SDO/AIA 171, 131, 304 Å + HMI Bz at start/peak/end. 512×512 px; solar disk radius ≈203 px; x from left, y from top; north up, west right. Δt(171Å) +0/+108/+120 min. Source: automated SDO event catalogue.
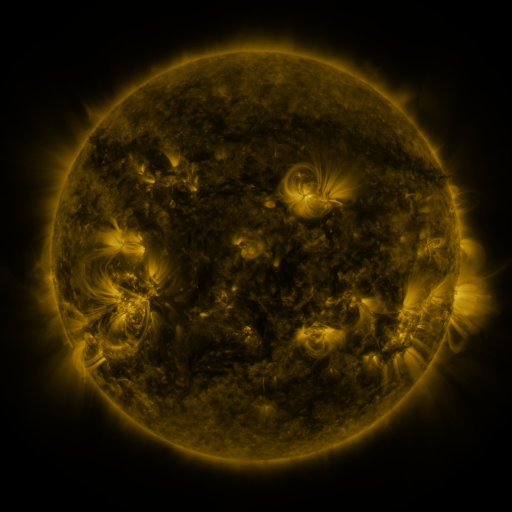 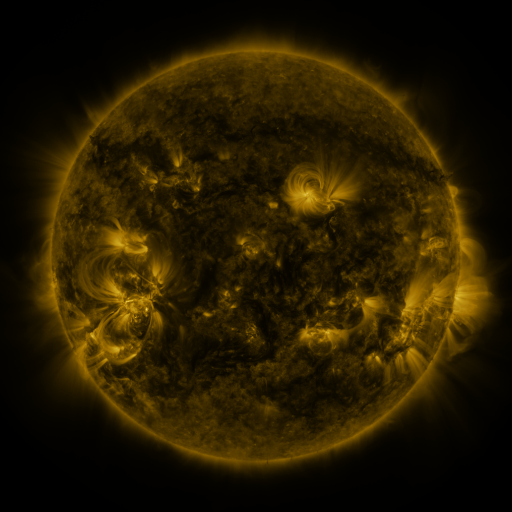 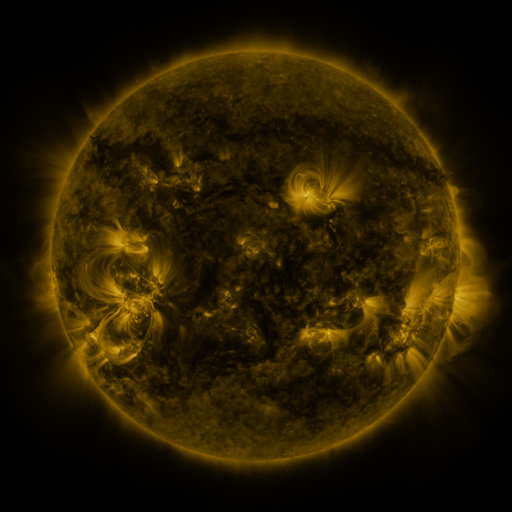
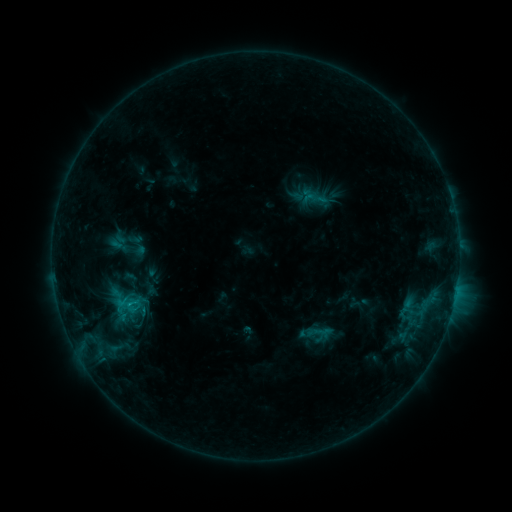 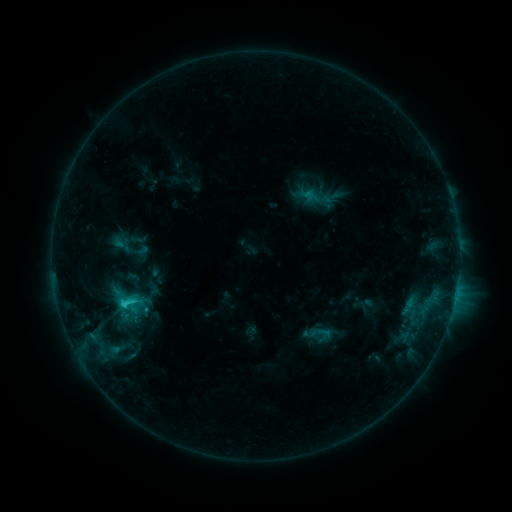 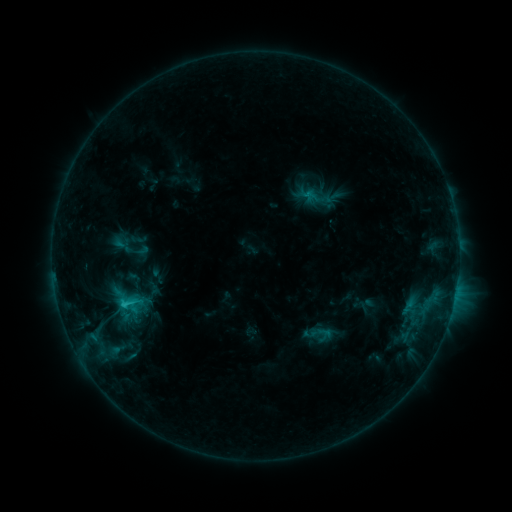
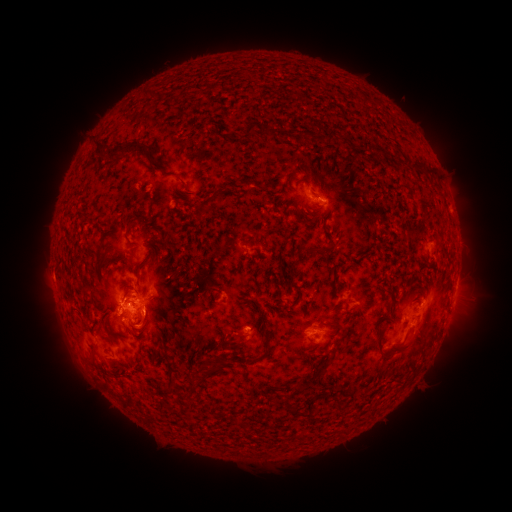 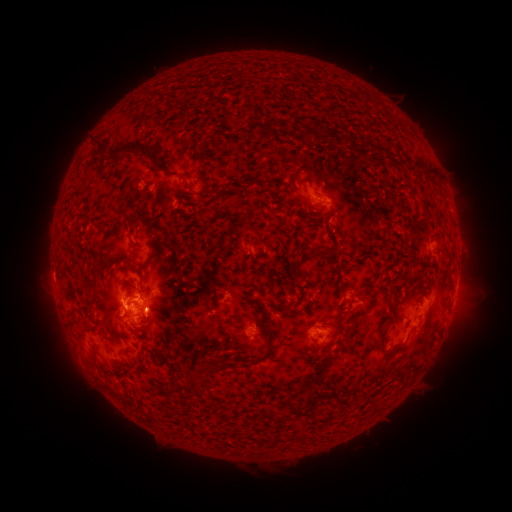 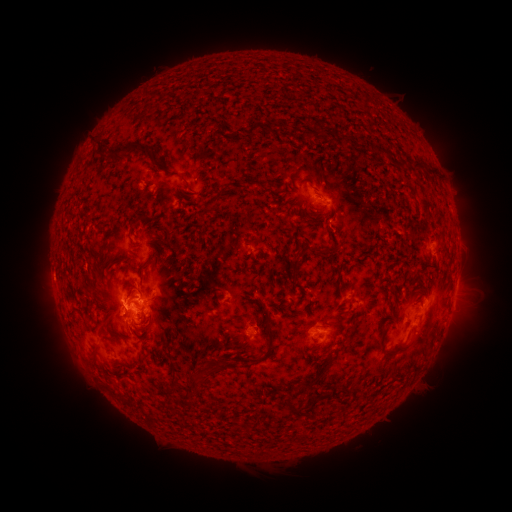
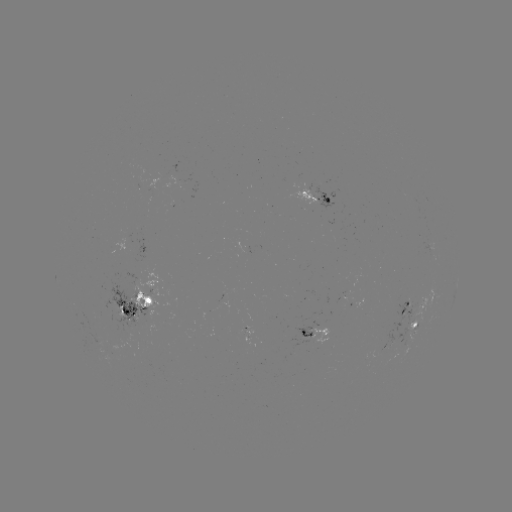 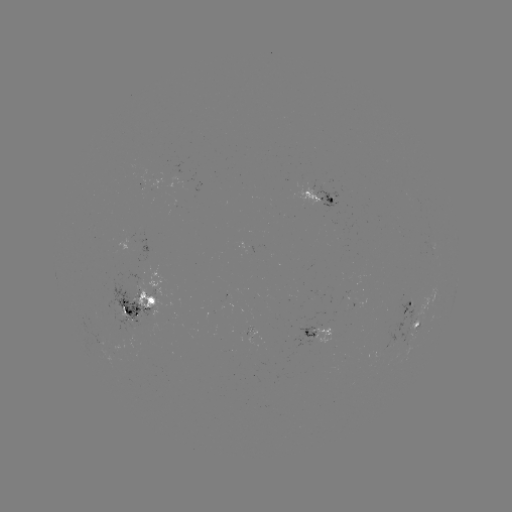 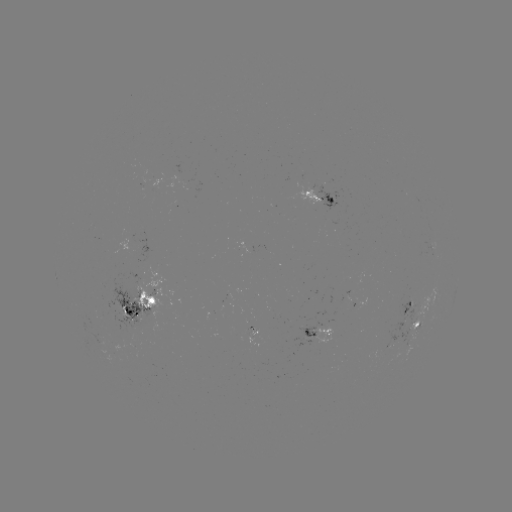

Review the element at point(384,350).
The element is emerging-flux region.